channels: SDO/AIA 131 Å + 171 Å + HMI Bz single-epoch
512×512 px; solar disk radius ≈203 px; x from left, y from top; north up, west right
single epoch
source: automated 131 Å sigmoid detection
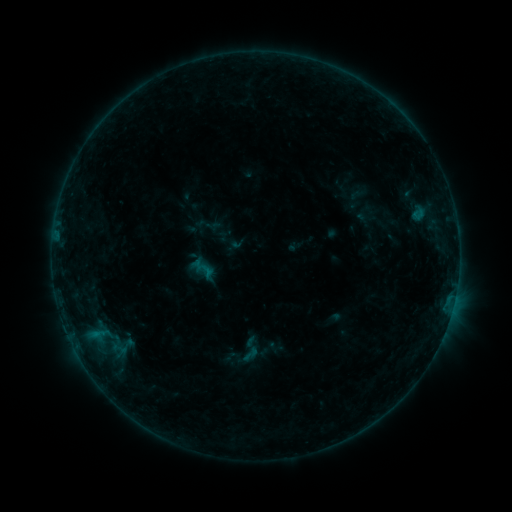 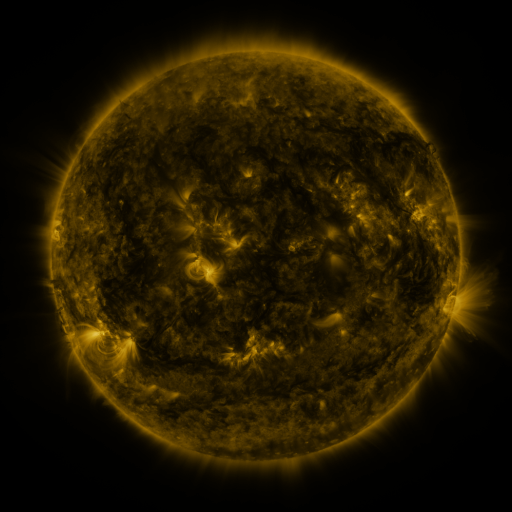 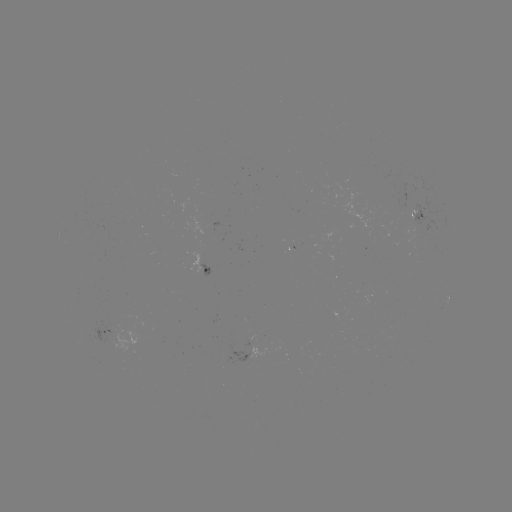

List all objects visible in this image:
sigmoid: (233, 334, 266, 365)
